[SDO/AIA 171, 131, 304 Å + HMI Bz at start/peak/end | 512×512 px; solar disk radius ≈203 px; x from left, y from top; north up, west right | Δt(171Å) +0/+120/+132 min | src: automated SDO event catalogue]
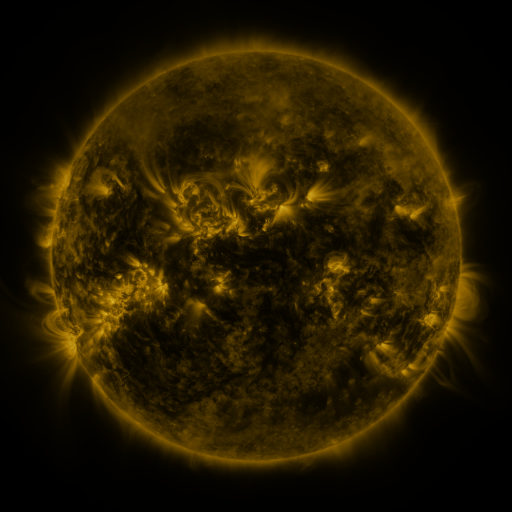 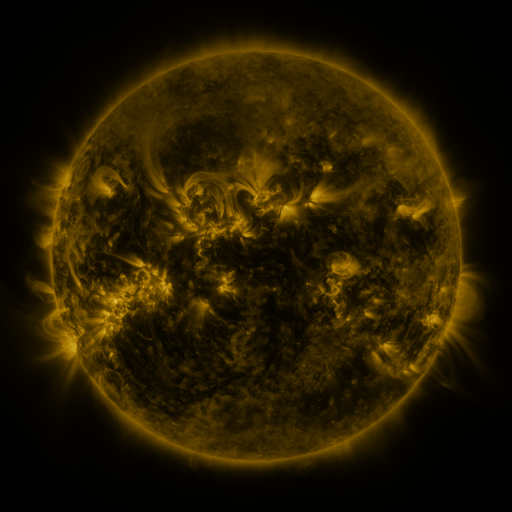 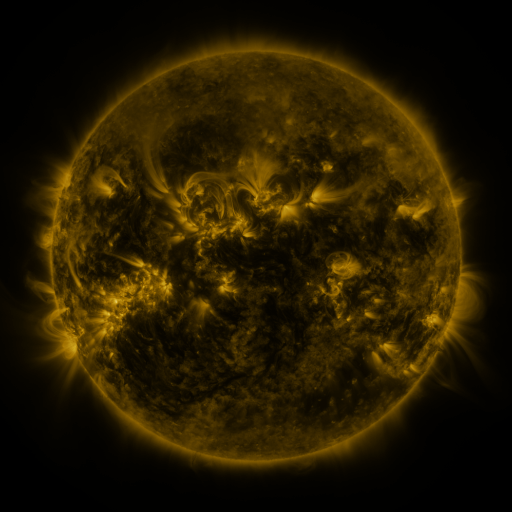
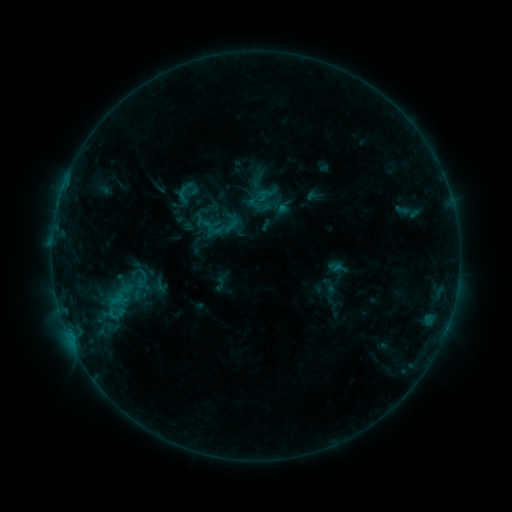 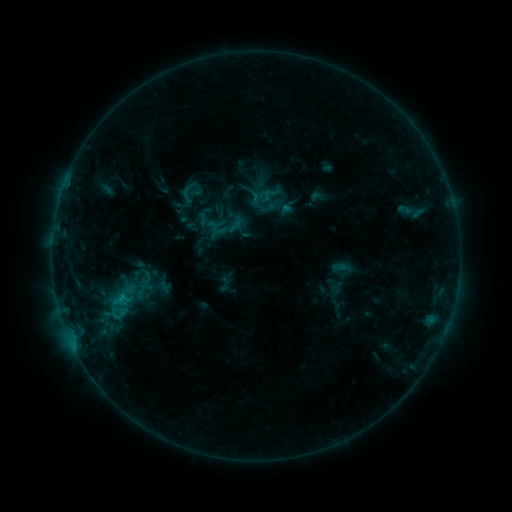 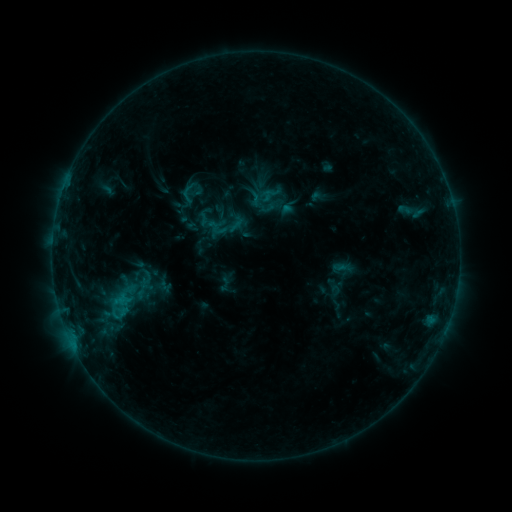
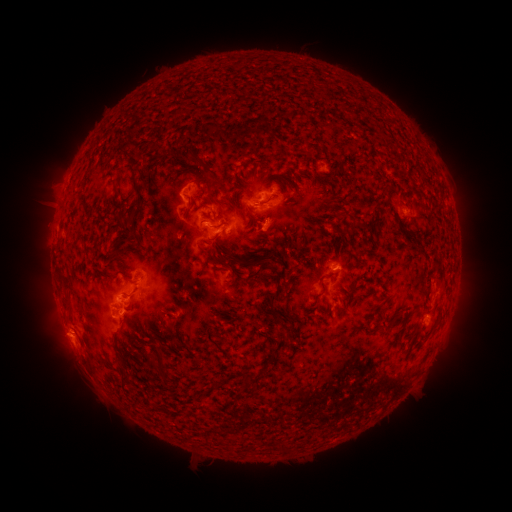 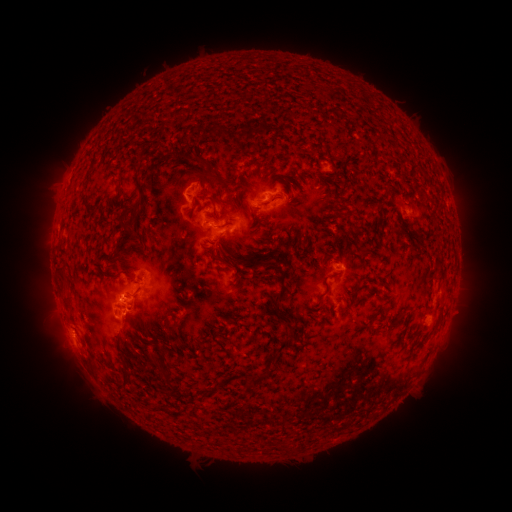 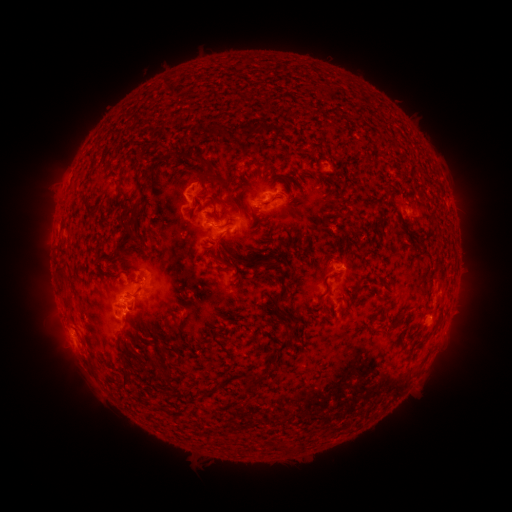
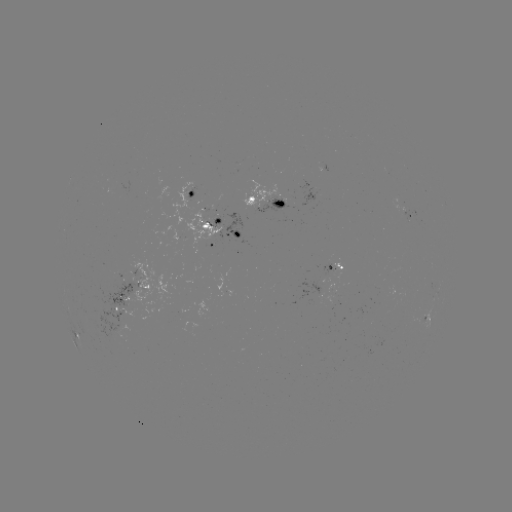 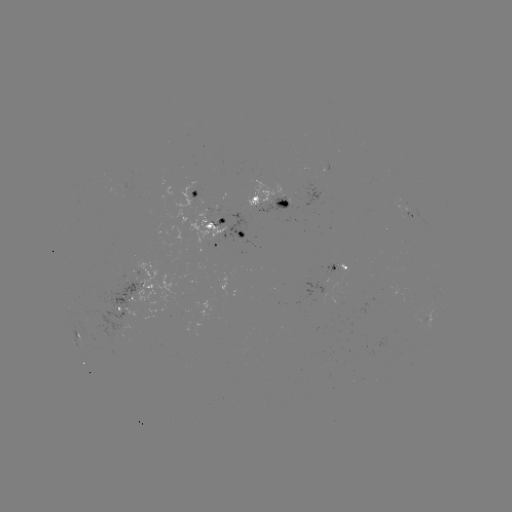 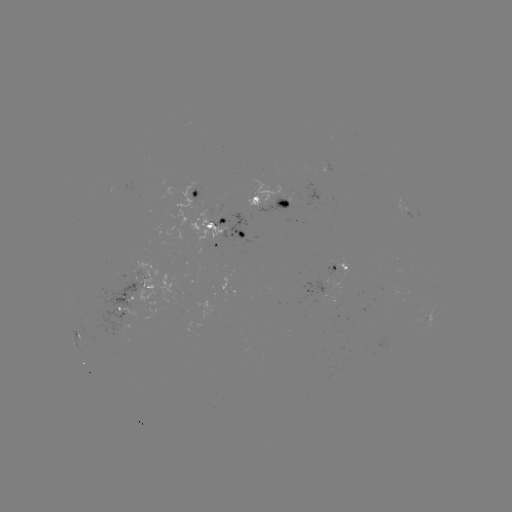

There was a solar emerging-flux region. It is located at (272, 204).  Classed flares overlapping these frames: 1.